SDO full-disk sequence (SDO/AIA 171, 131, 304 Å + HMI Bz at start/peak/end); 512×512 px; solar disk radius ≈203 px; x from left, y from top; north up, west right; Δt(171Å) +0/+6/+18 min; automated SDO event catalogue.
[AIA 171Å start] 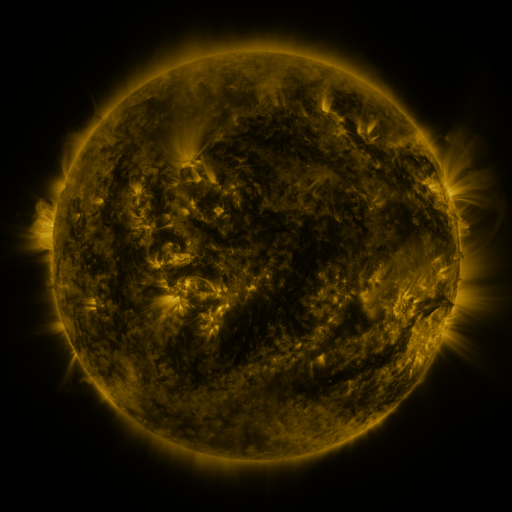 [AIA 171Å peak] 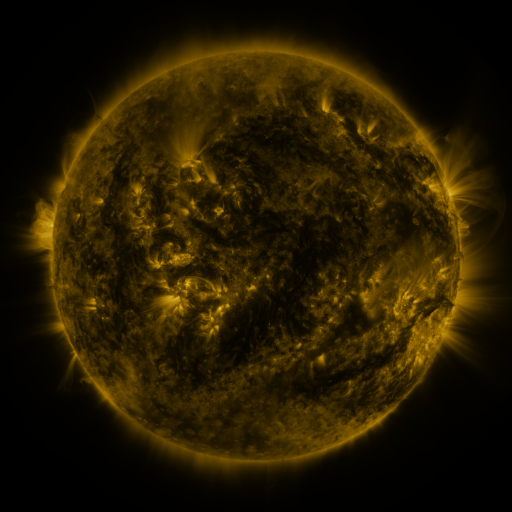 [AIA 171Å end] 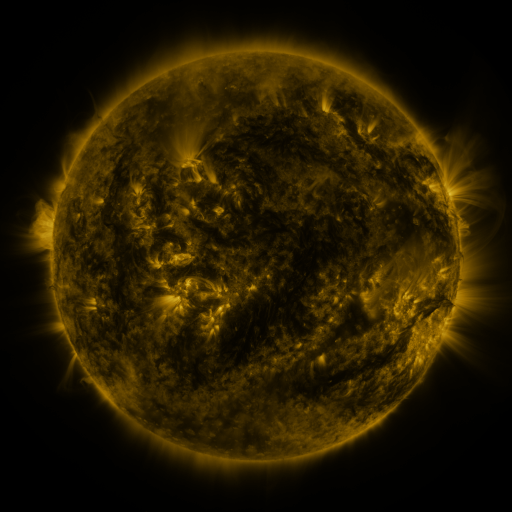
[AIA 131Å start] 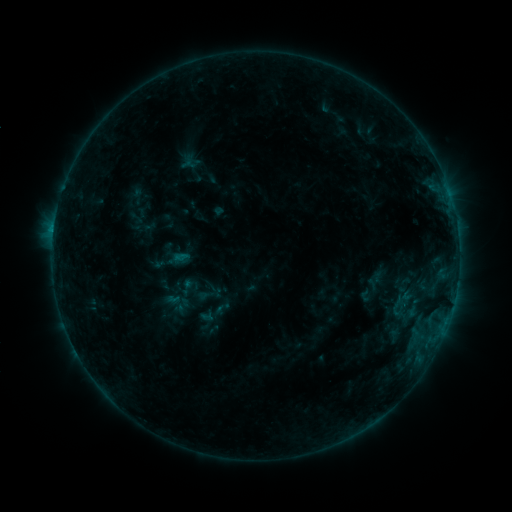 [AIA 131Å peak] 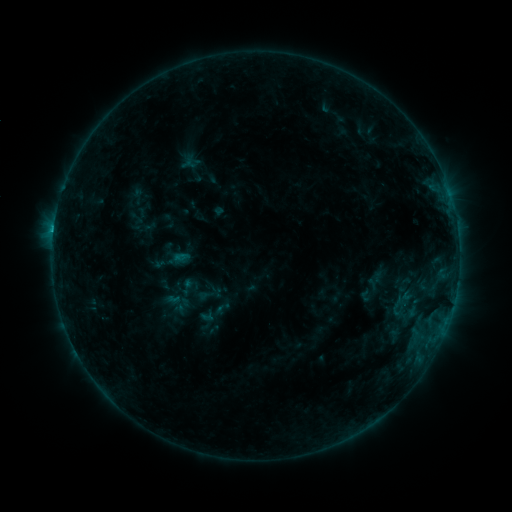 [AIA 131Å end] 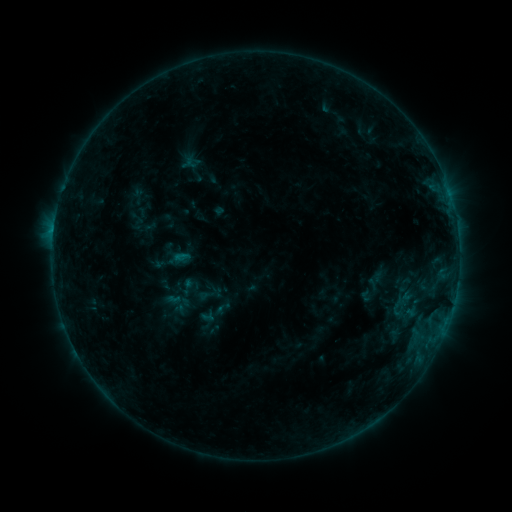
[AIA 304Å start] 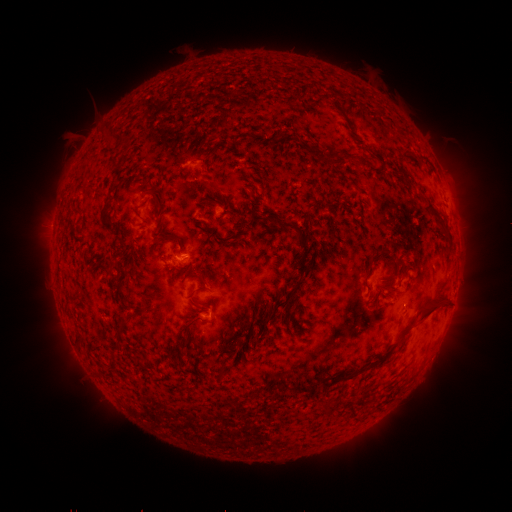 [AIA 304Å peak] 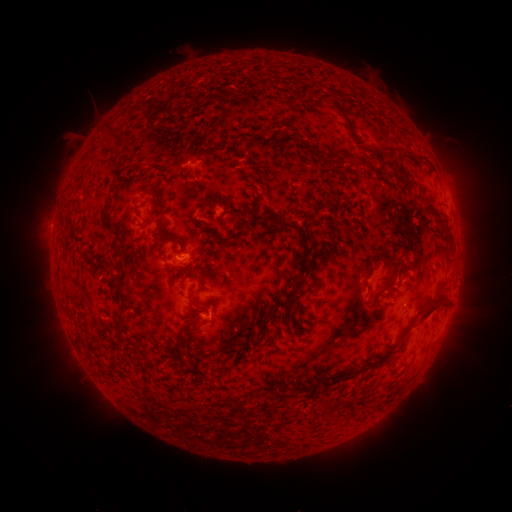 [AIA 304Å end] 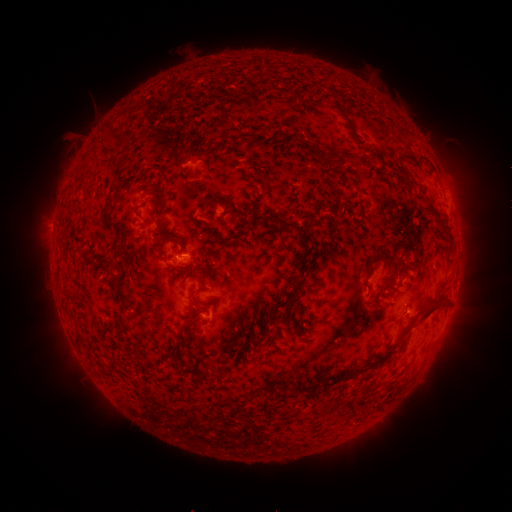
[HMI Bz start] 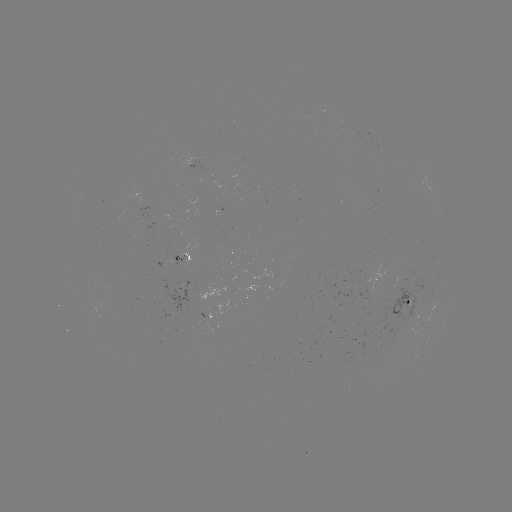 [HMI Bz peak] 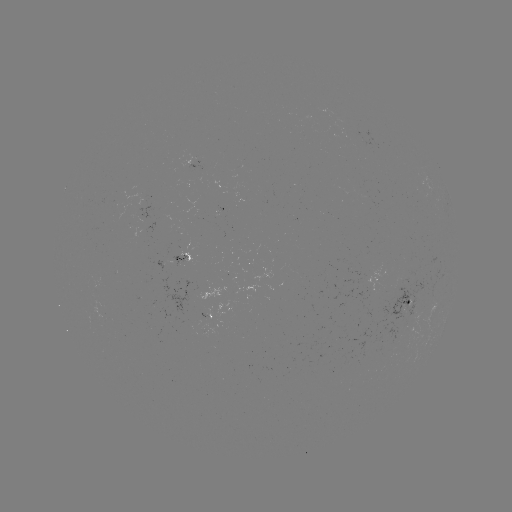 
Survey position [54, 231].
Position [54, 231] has C1.0 flare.